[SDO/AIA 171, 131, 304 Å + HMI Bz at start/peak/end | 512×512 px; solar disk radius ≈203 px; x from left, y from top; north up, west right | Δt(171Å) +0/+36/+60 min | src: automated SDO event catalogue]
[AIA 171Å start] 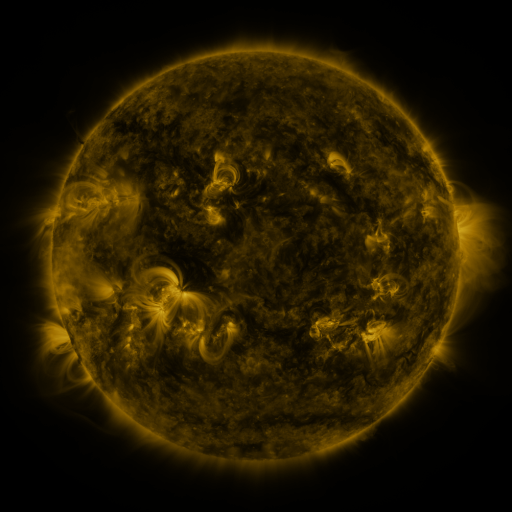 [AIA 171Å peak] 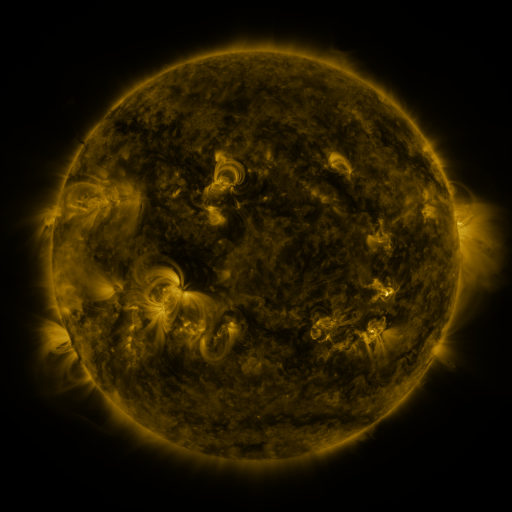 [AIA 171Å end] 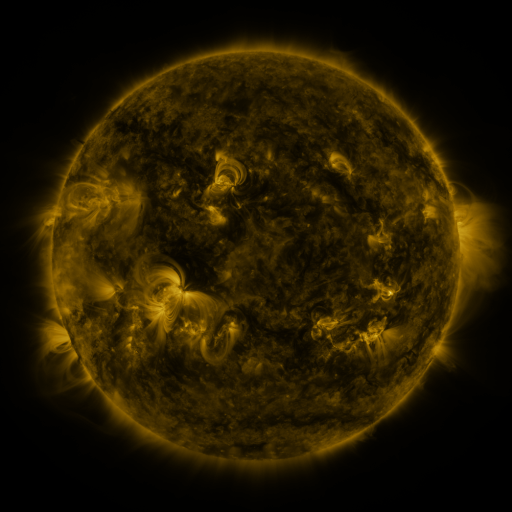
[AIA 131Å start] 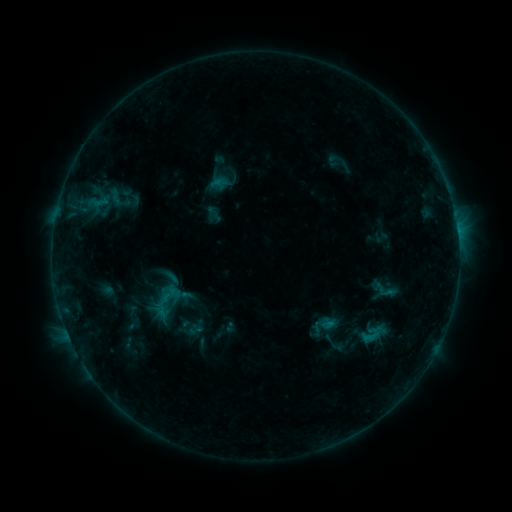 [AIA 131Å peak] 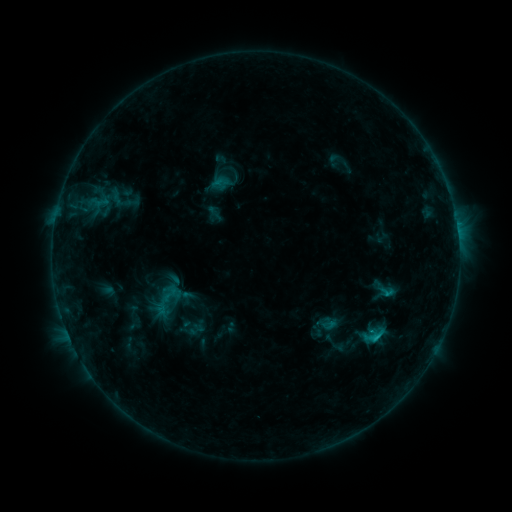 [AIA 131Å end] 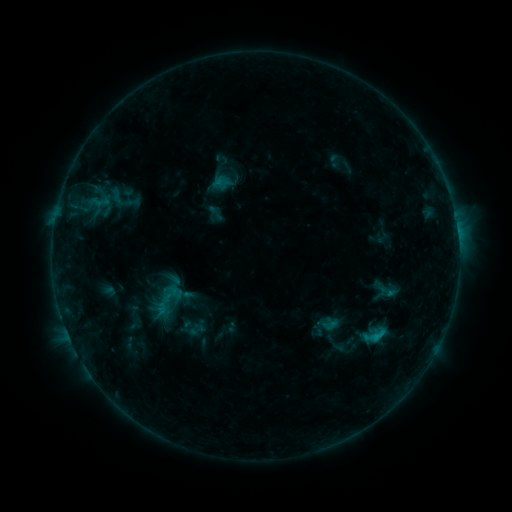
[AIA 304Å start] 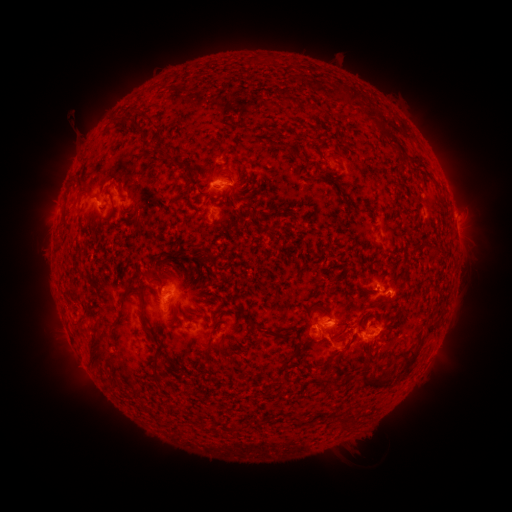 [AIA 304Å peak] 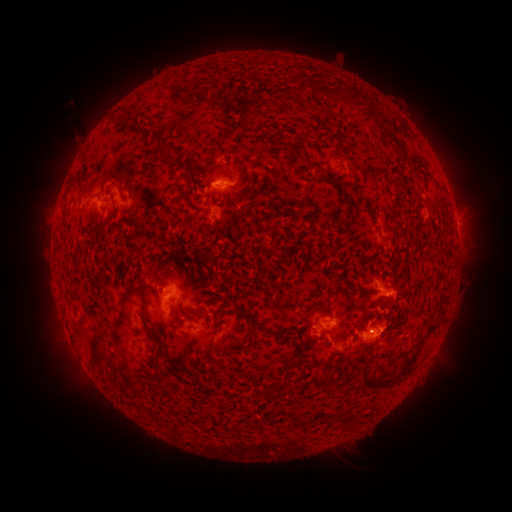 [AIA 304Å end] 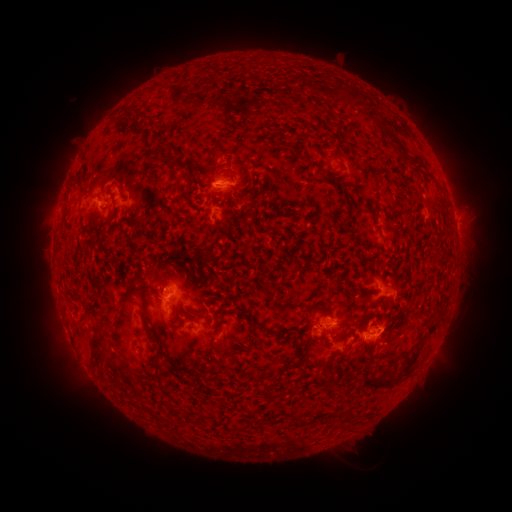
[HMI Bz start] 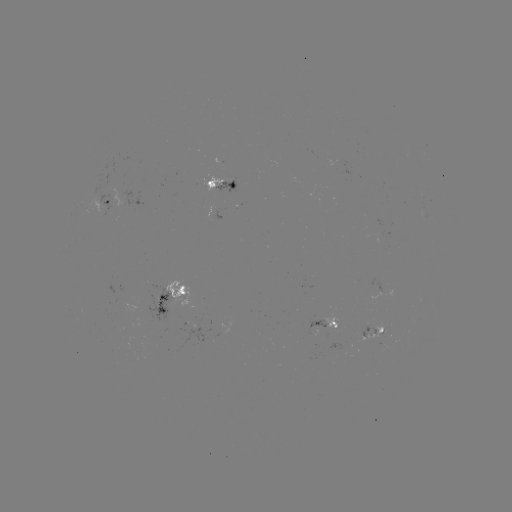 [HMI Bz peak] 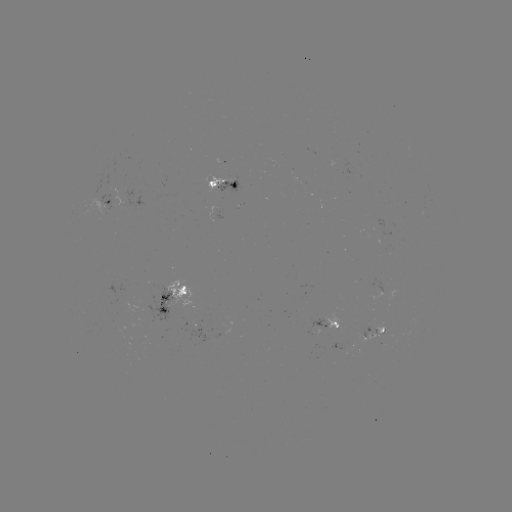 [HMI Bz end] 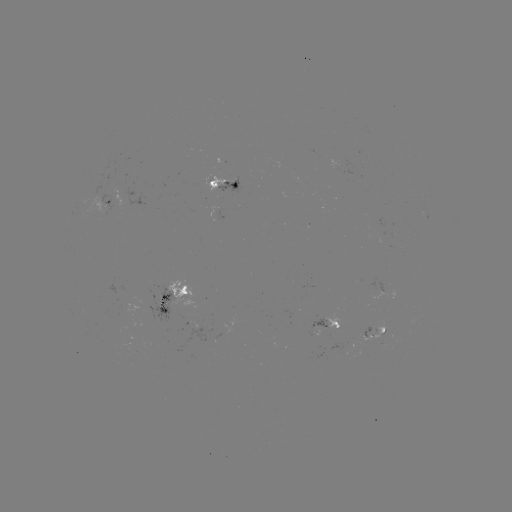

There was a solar flare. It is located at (375, 335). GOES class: C1.1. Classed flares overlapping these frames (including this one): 1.